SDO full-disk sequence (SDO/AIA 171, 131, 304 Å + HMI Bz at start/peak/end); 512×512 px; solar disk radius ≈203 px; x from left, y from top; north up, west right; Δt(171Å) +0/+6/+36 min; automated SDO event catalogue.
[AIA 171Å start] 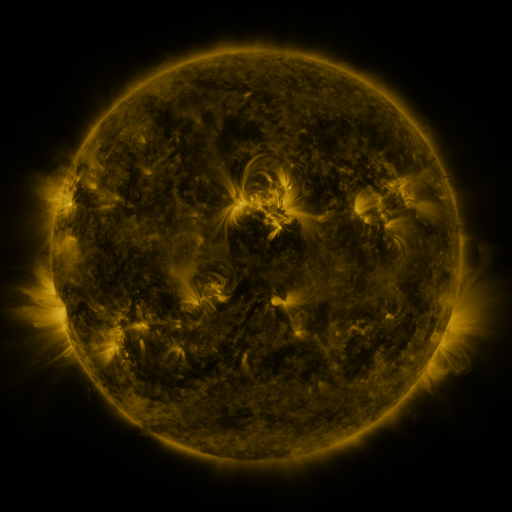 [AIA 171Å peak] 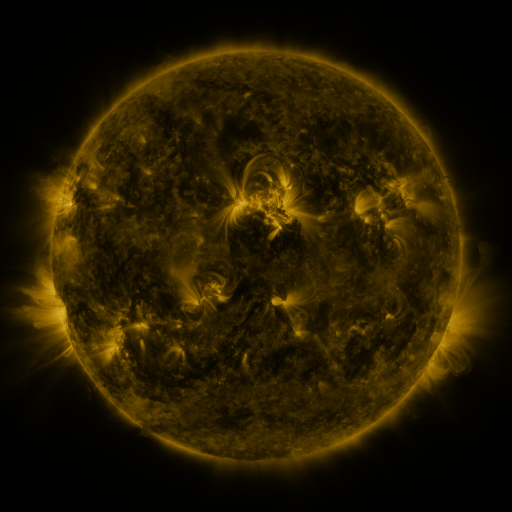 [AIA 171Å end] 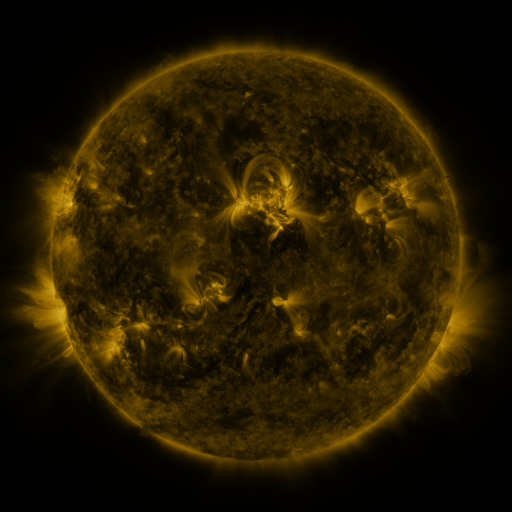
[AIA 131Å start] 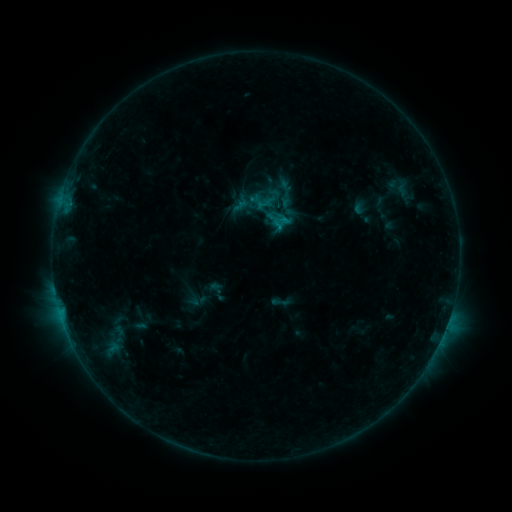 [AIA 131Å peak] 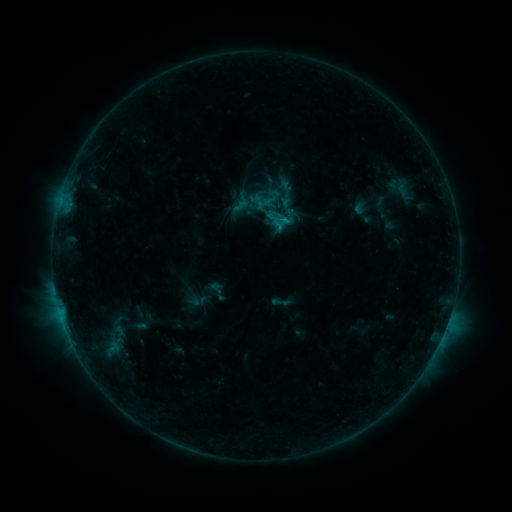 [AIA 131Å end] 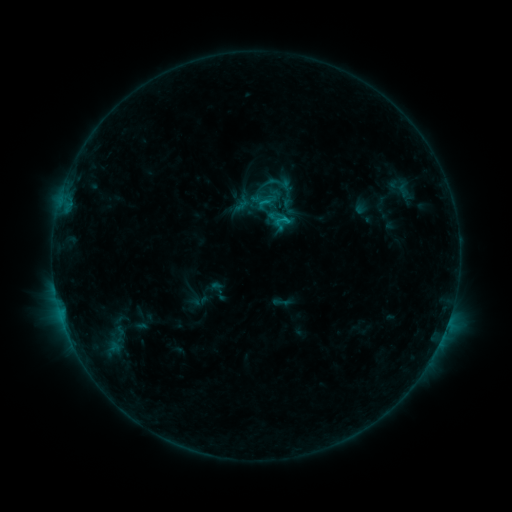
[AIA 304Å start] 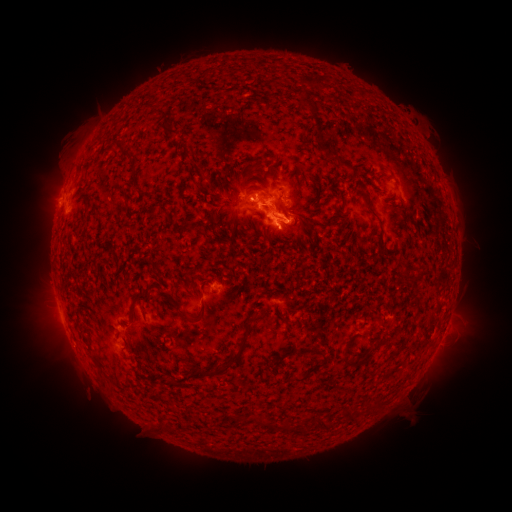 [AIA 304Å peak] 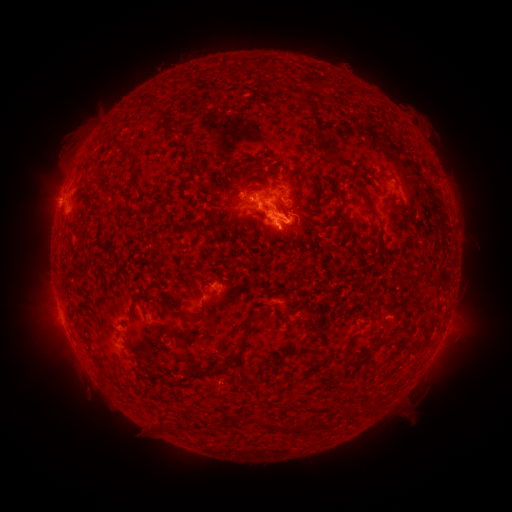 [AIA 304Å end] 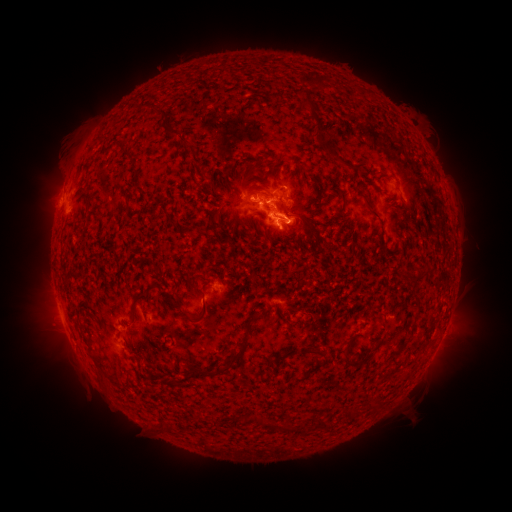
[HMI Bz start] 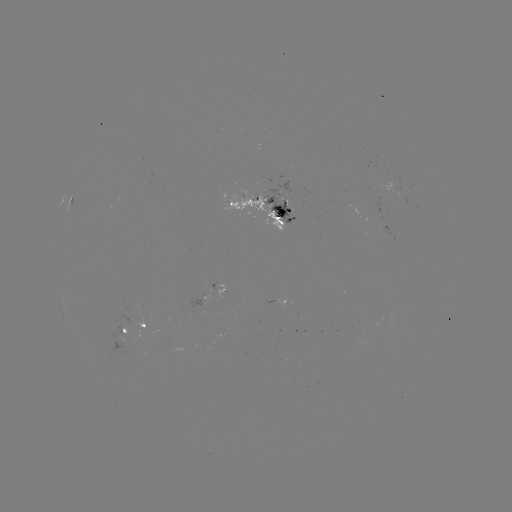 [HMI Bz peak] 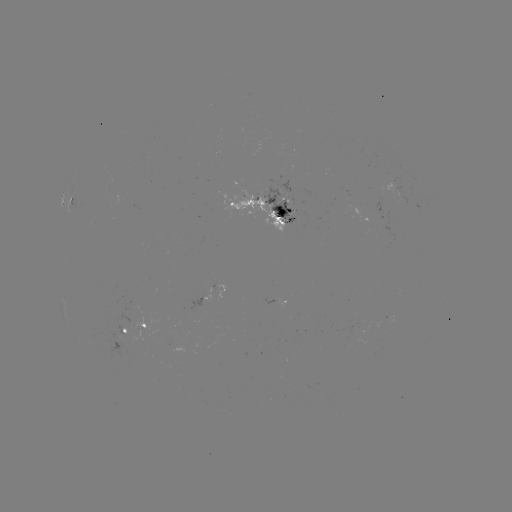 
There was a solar flare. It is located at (256, 203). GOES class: C1.6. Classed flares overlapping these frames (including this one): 1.